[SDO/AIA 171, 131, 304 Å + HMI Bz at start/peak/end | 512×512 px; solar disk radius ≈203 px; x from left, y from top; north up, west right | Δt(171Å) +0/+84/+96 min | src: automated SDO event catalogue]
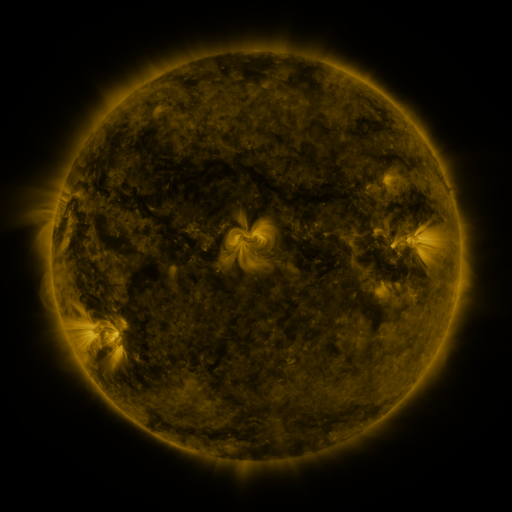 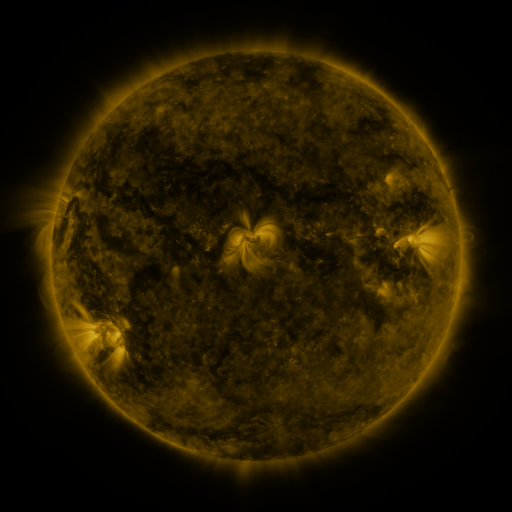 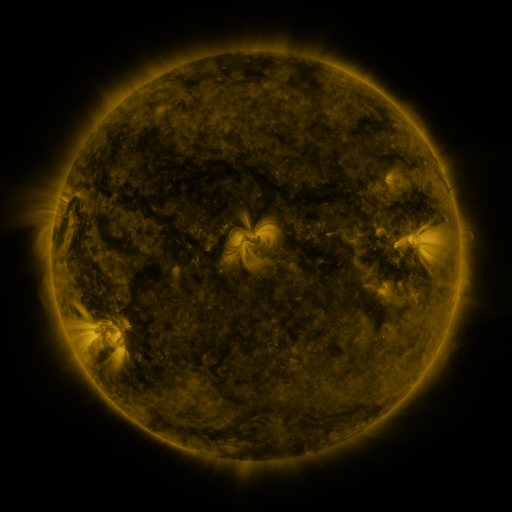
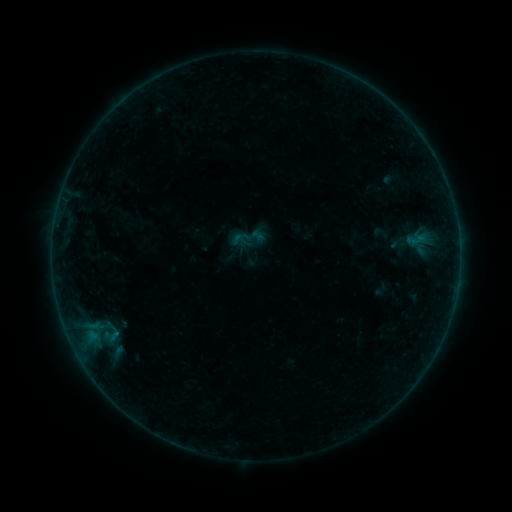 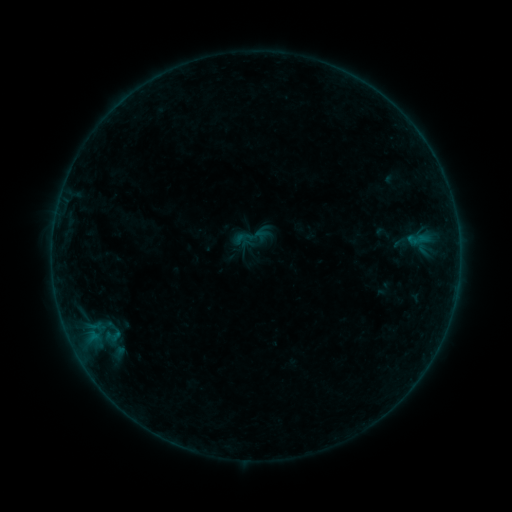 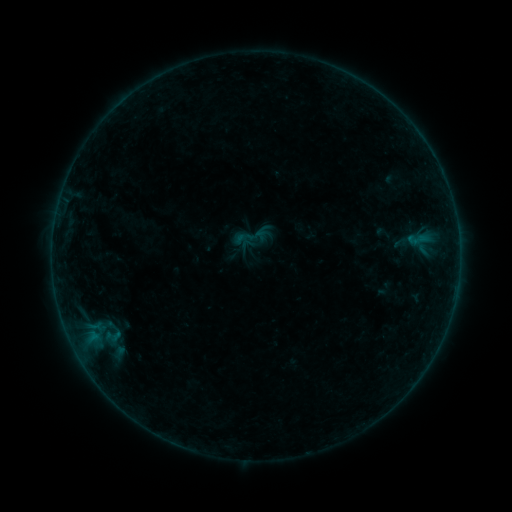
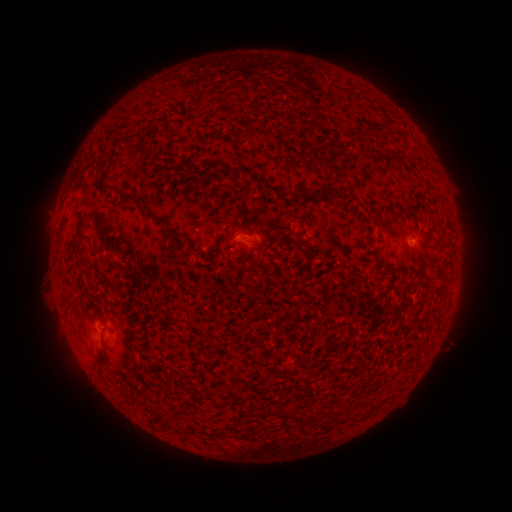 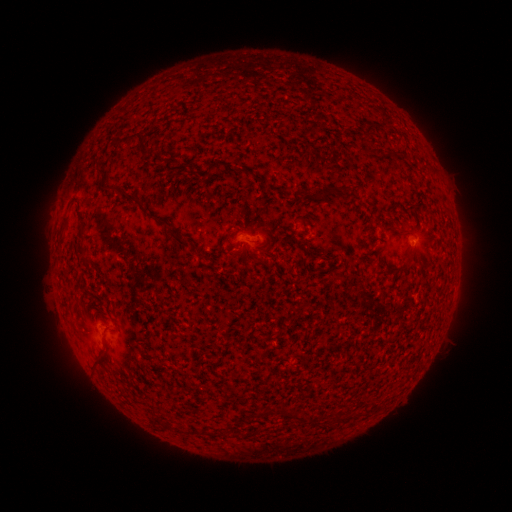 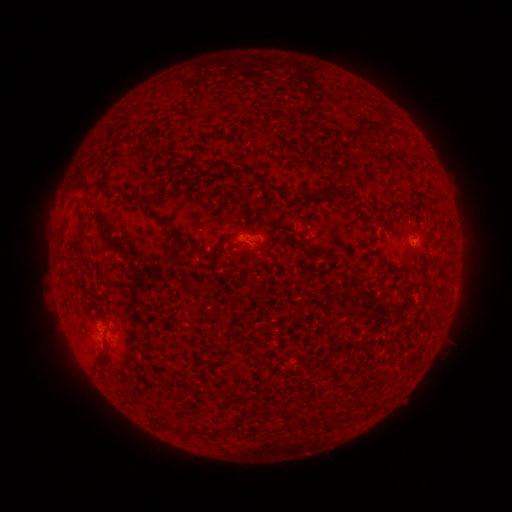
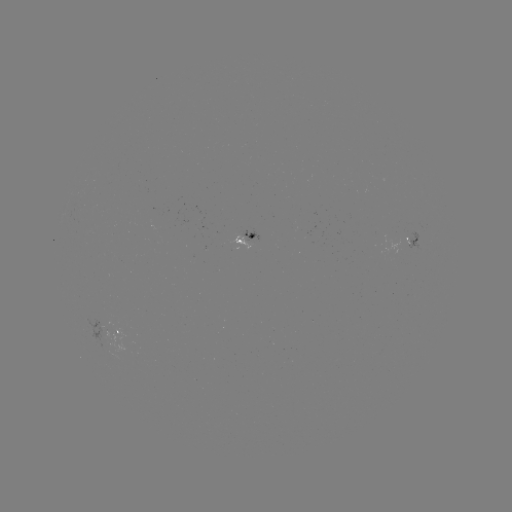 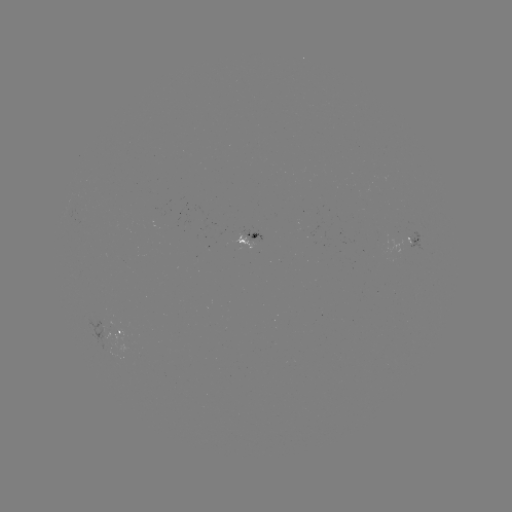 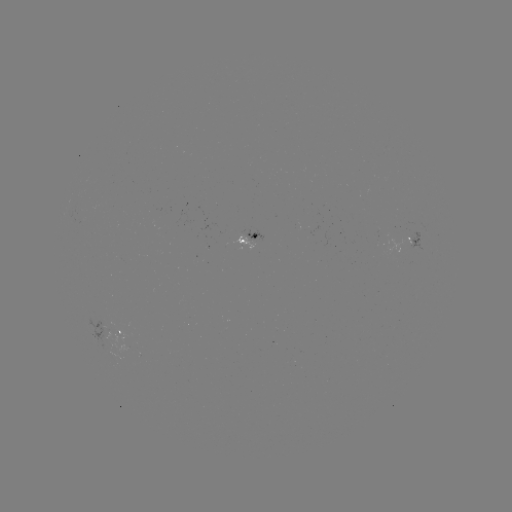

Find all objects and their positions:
emerging-flux region: (107, 342)
